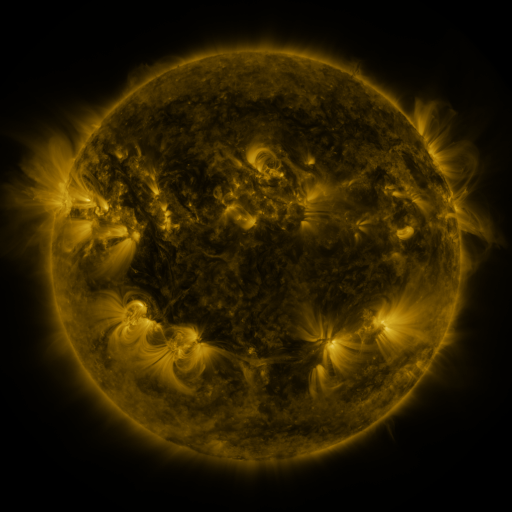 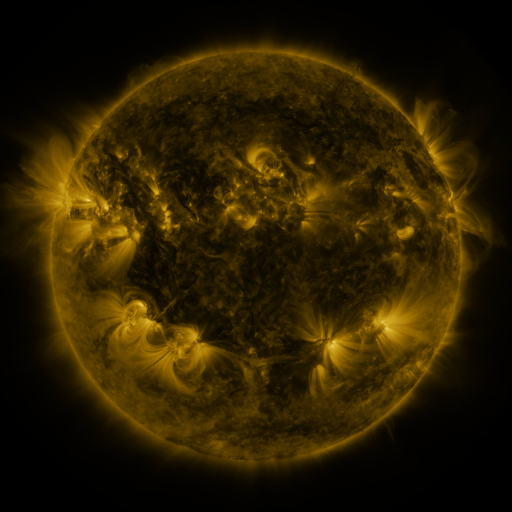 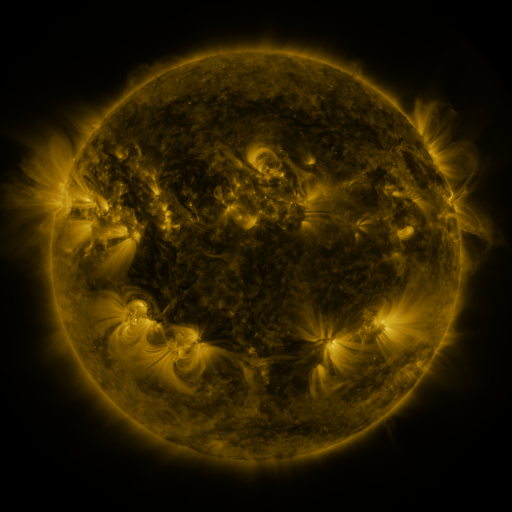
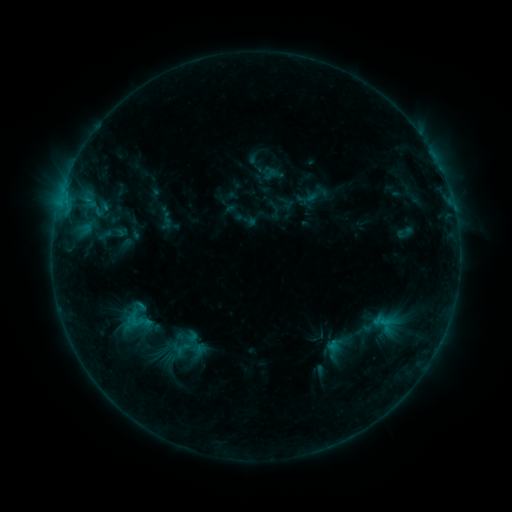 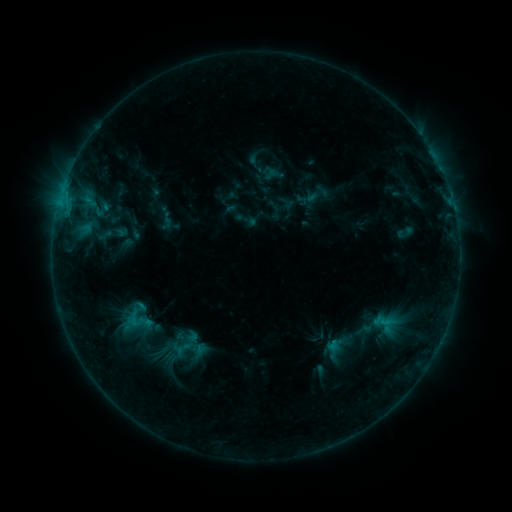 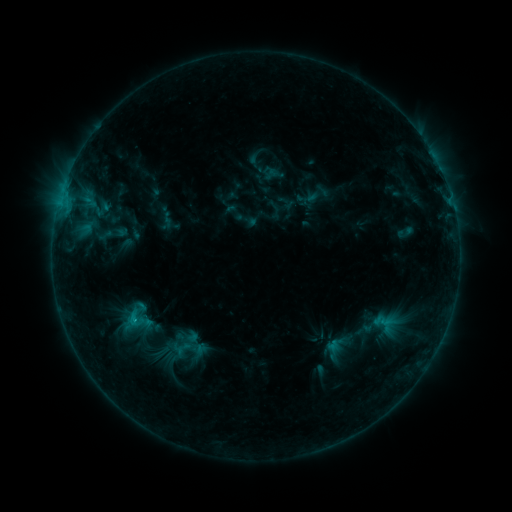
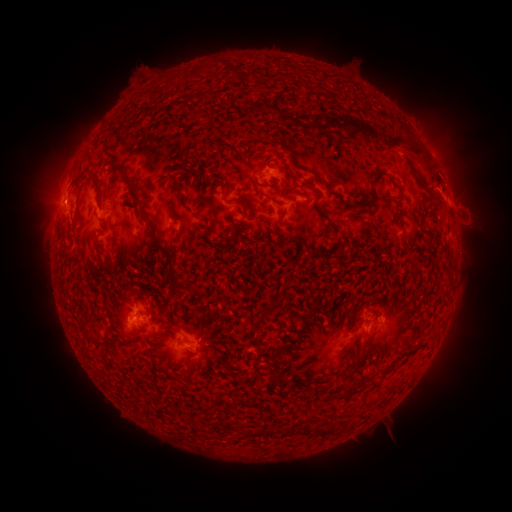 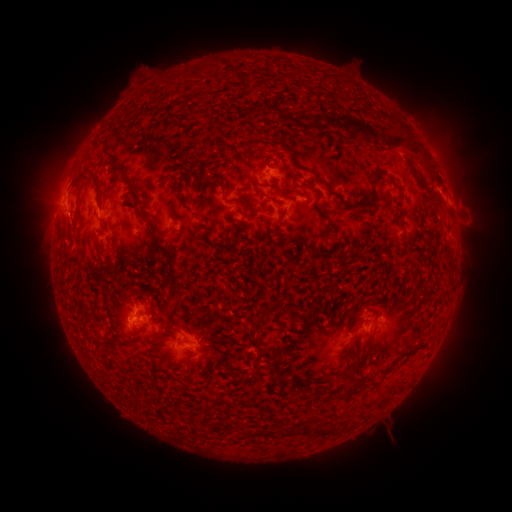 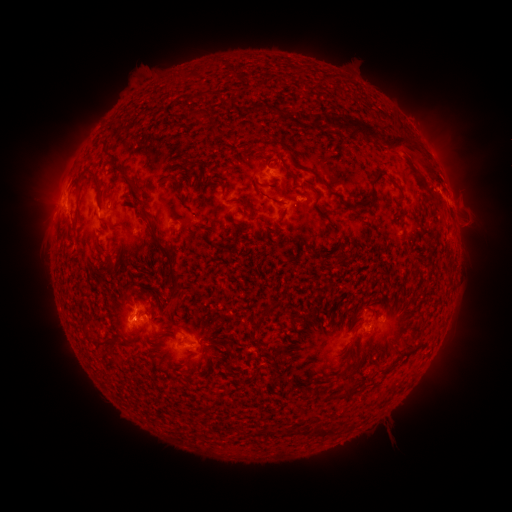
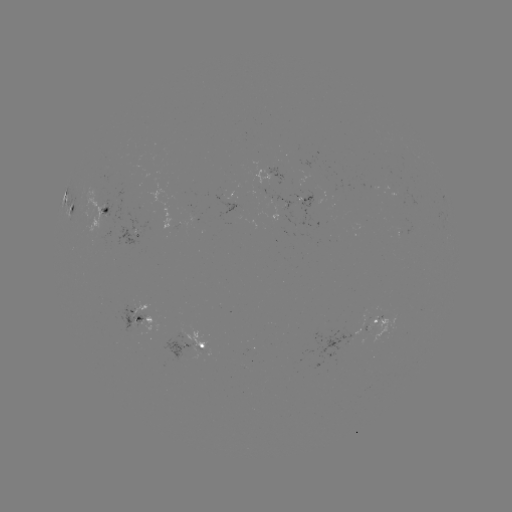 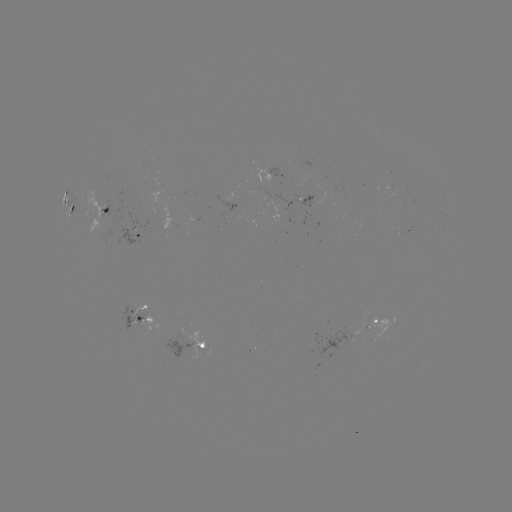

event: flare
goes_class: C1.0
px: (135, 318)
